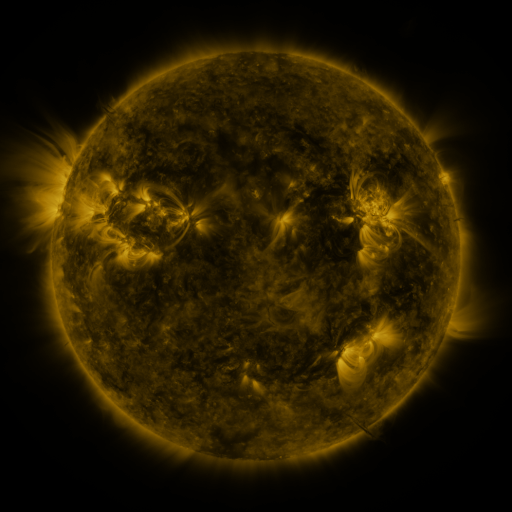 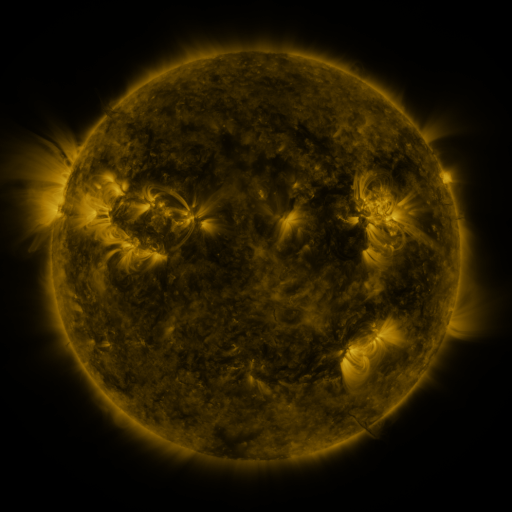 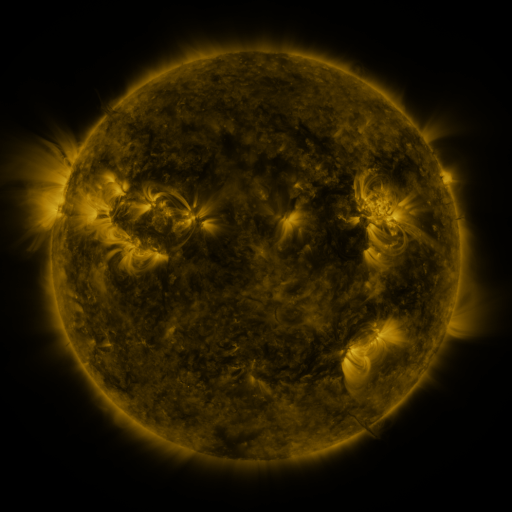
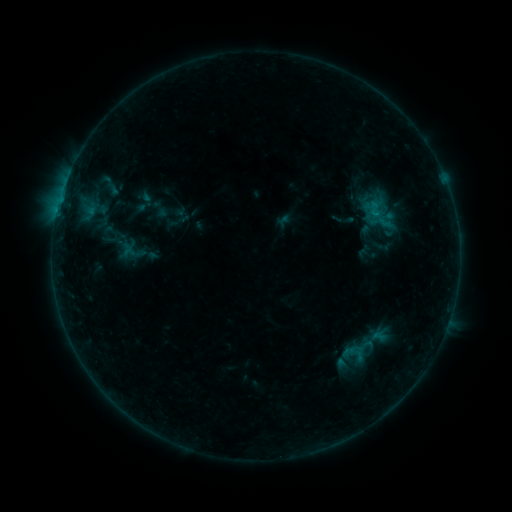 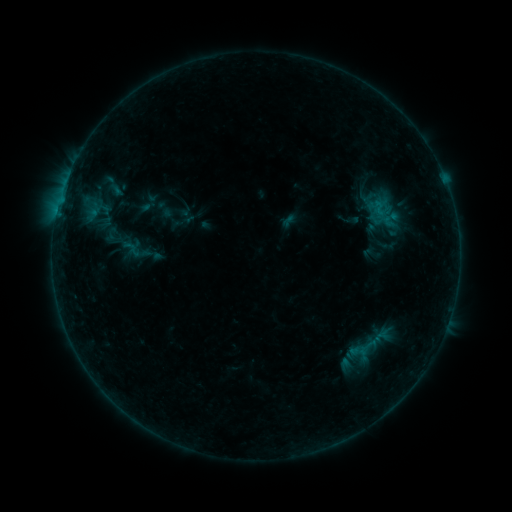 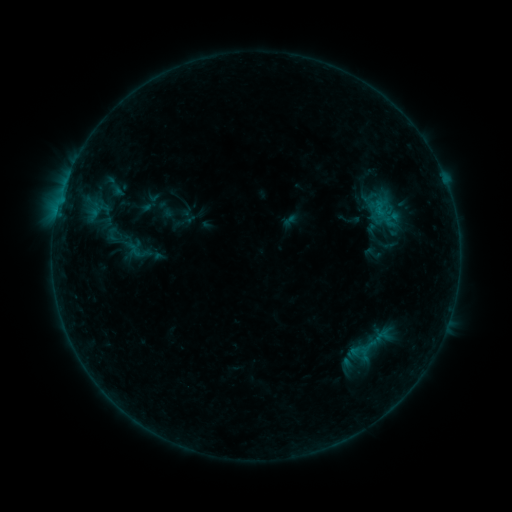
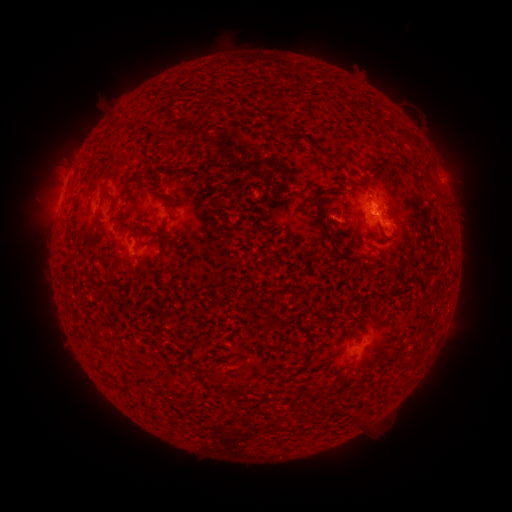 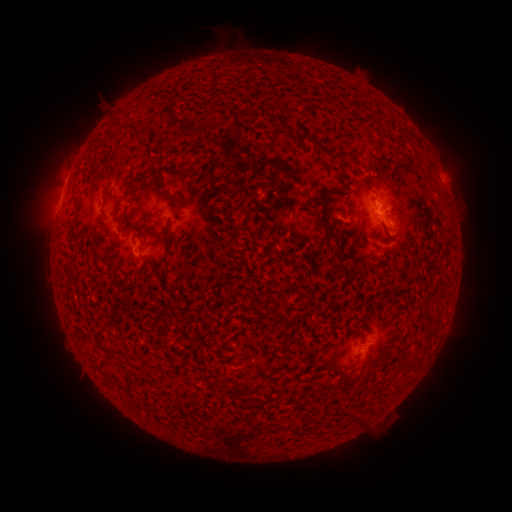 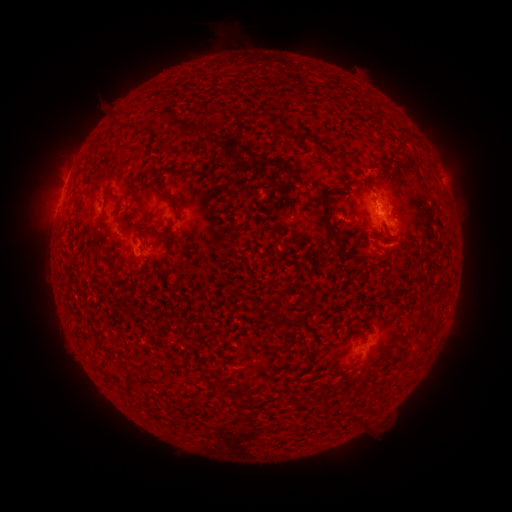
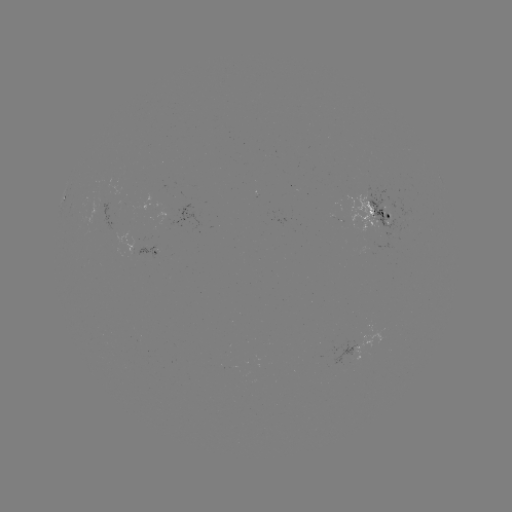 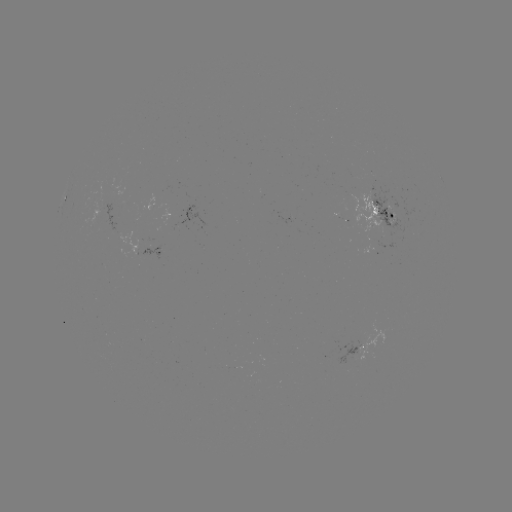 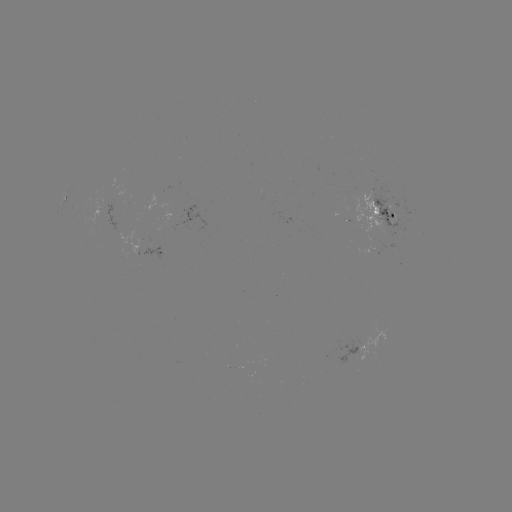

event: emerging-flux region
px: (366, 342)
